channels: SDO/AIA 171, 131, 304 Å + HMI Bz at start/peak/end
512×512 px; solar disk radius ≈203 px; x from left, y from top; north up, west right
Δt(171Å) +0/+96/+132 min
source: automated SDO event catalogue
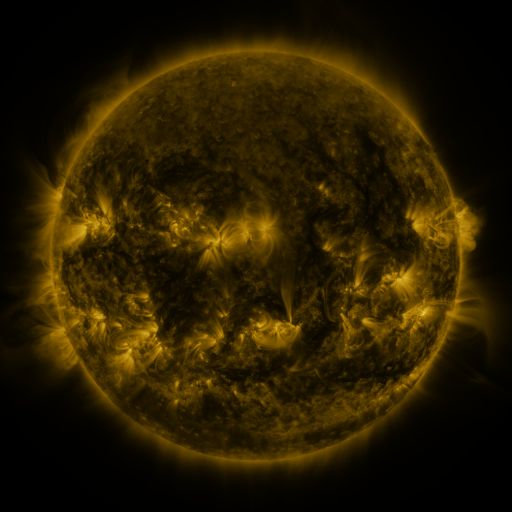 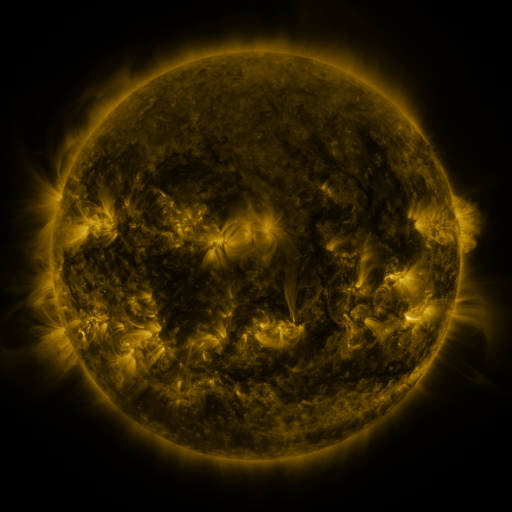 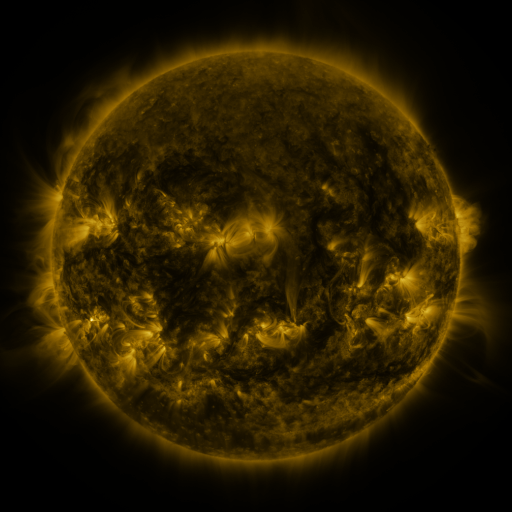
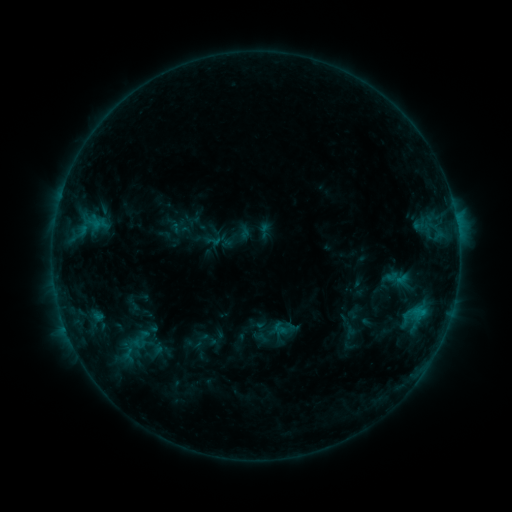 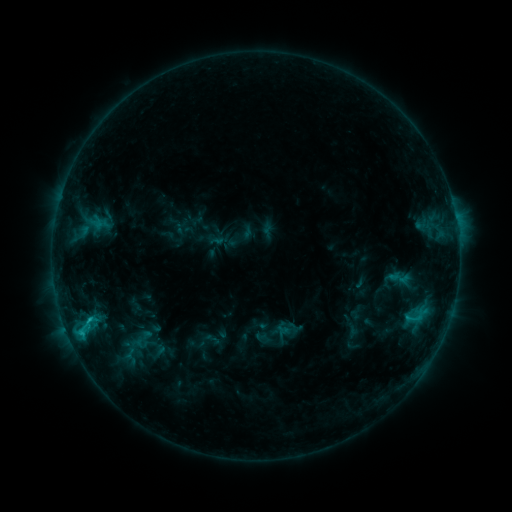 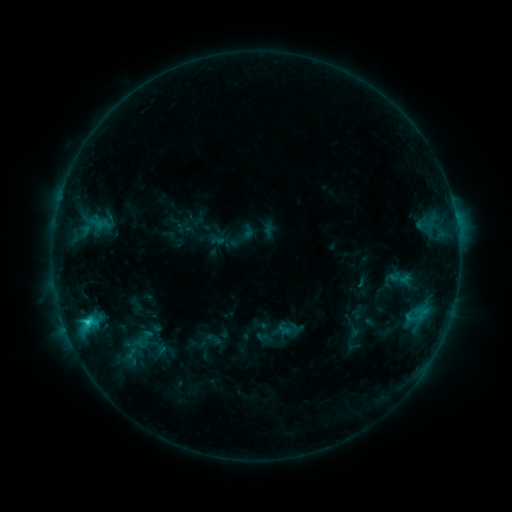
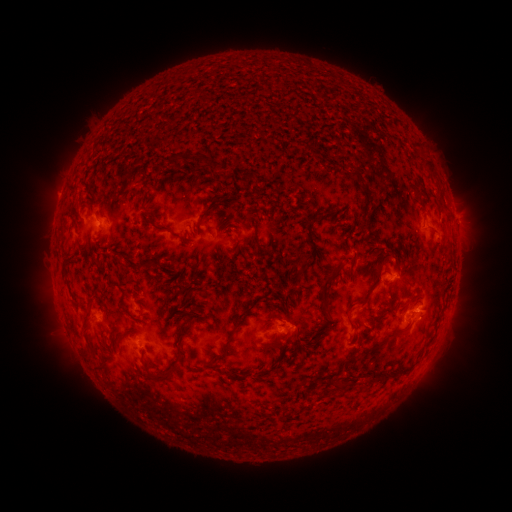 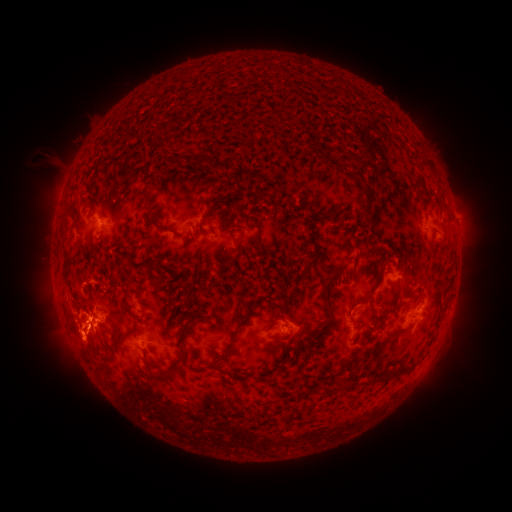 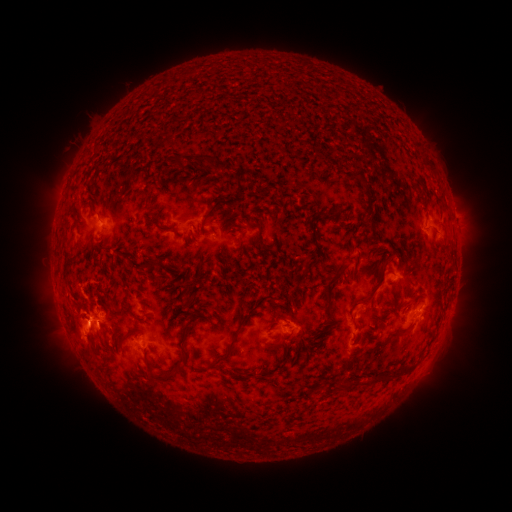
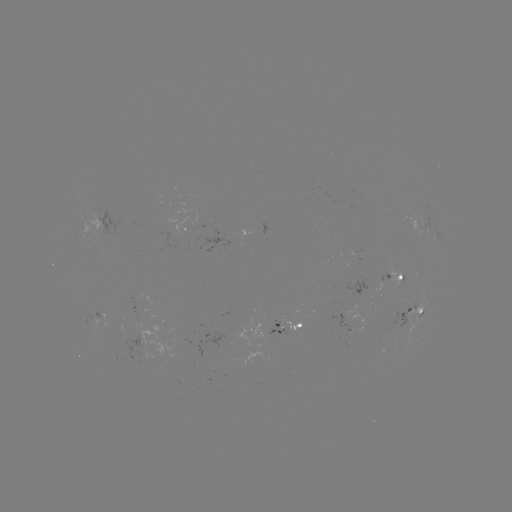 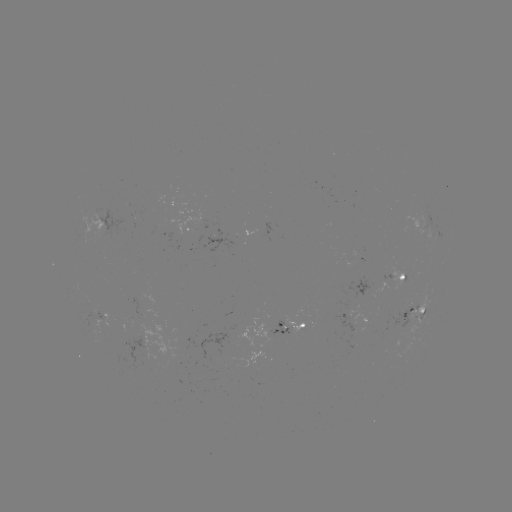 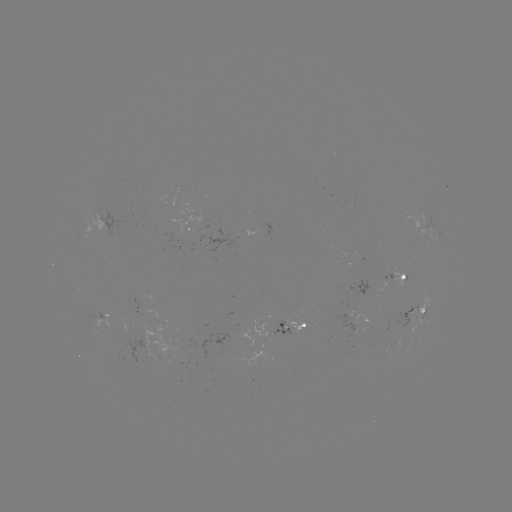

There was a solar emerging-flux region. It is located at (216, 239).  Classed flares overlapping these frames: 2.